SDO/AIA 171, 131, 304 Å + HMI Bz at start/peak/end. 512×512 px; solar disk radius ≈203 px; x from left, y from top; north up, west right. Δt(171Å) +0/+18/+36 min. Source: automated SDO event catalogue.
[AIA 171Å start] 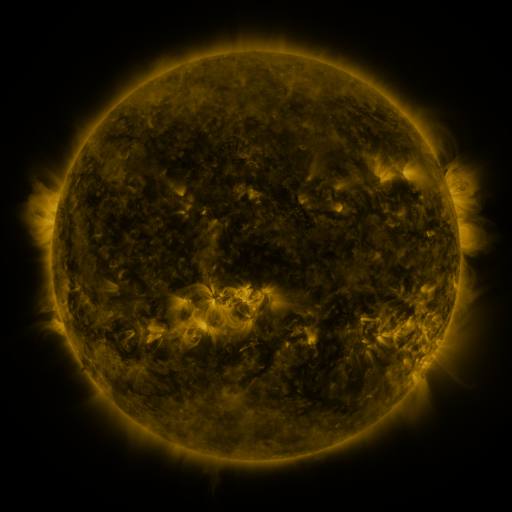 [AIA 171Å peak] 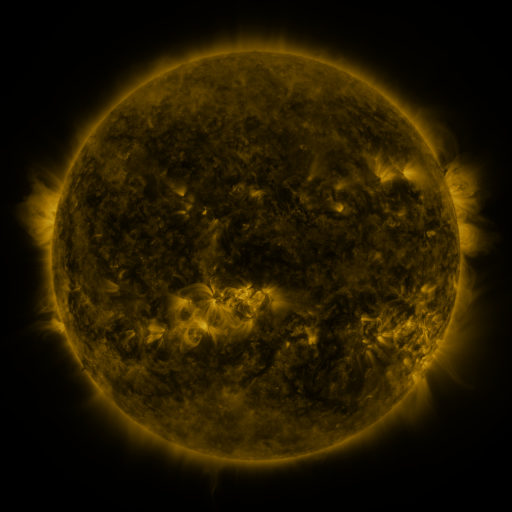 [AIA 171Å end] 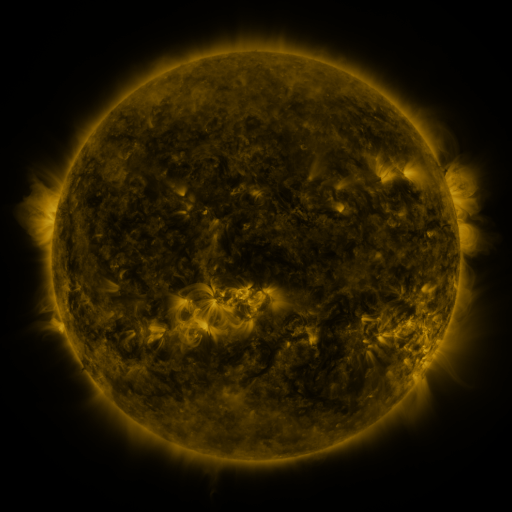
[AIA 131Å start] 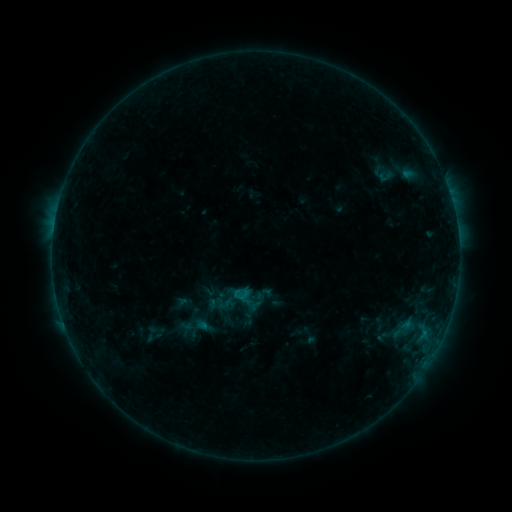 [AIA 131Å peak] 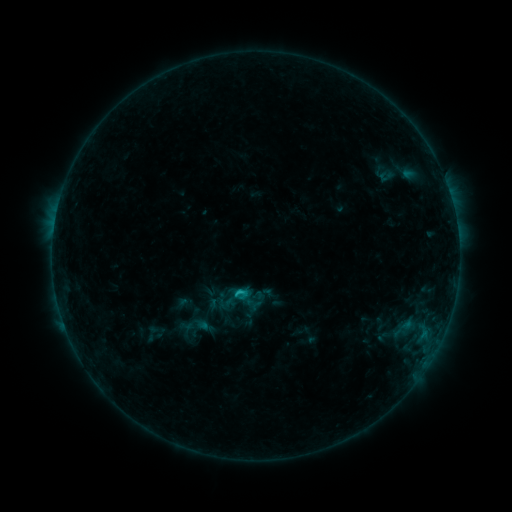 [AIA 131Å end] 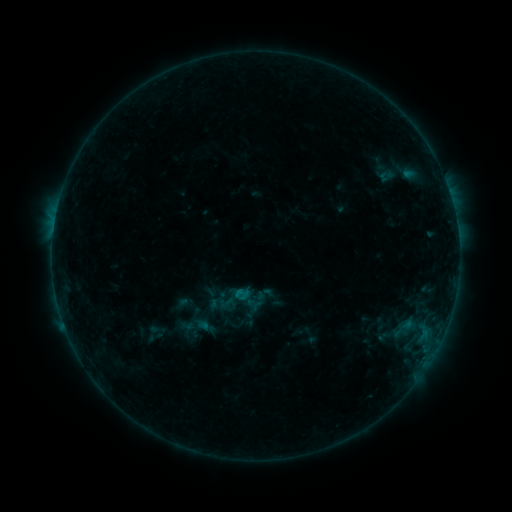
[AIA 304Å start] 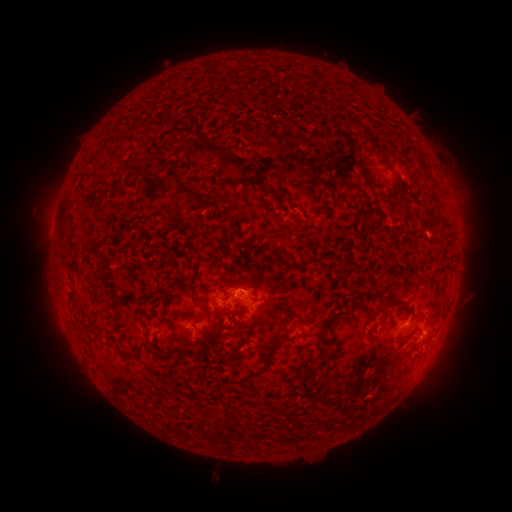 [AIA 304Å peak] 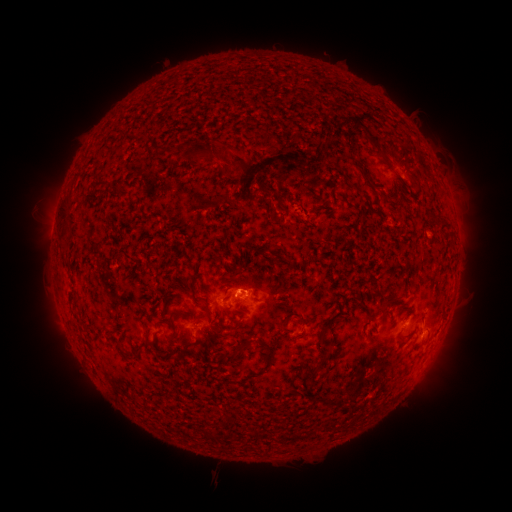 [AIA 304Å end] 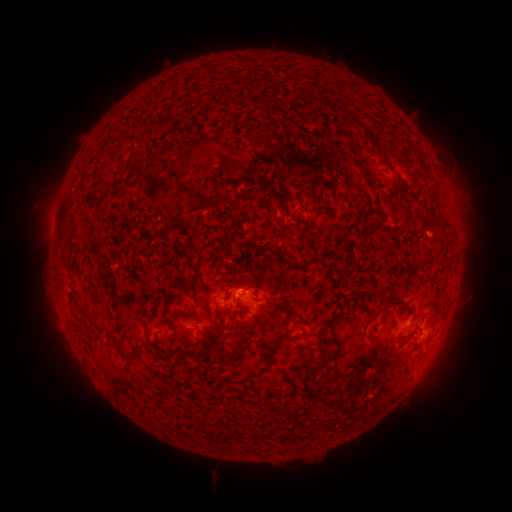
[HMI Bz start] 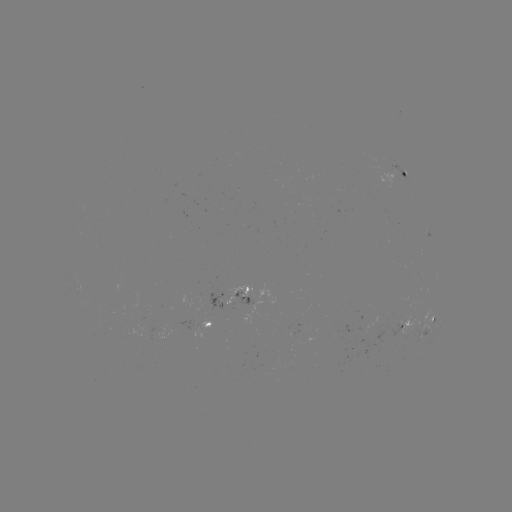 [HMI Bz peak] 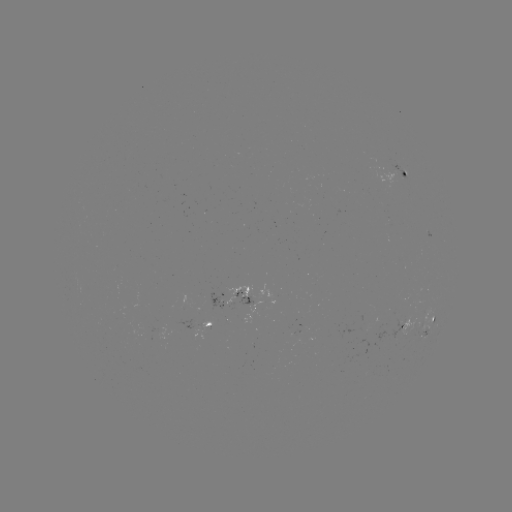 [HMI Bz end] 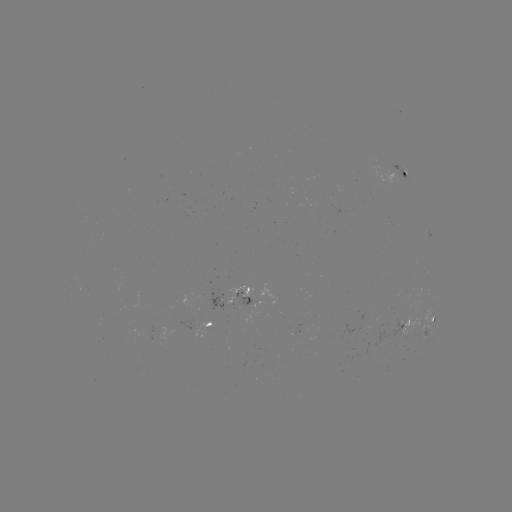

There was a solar eruption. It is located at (224, 159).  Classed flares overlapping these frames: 1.